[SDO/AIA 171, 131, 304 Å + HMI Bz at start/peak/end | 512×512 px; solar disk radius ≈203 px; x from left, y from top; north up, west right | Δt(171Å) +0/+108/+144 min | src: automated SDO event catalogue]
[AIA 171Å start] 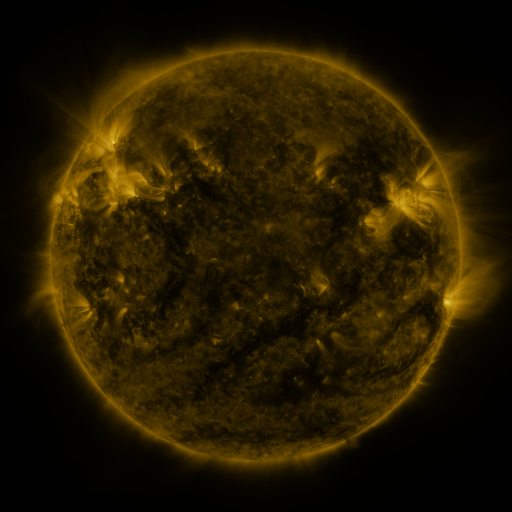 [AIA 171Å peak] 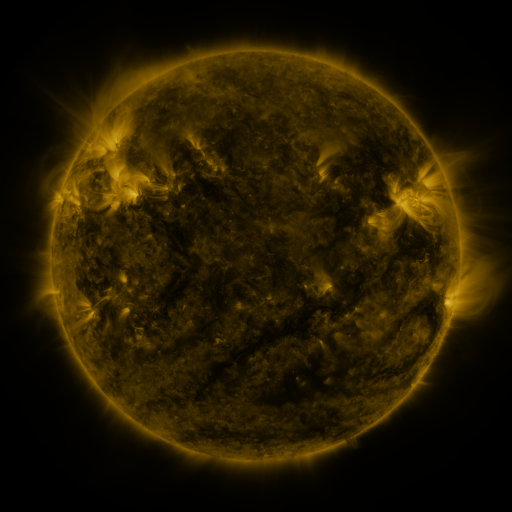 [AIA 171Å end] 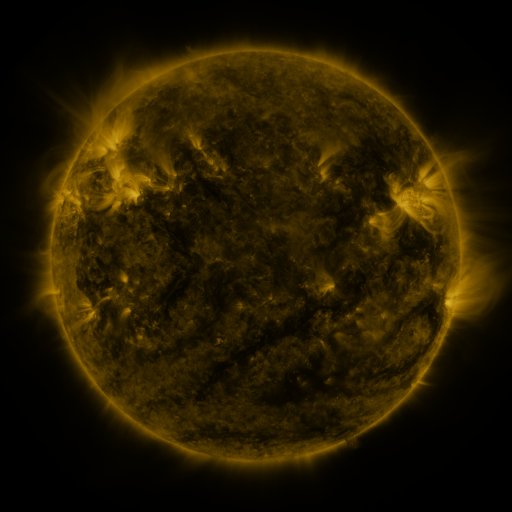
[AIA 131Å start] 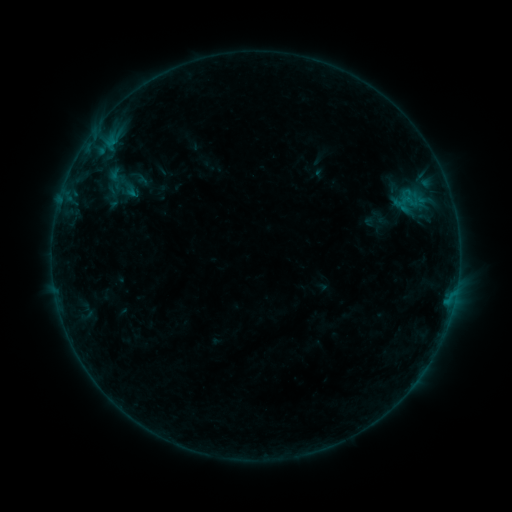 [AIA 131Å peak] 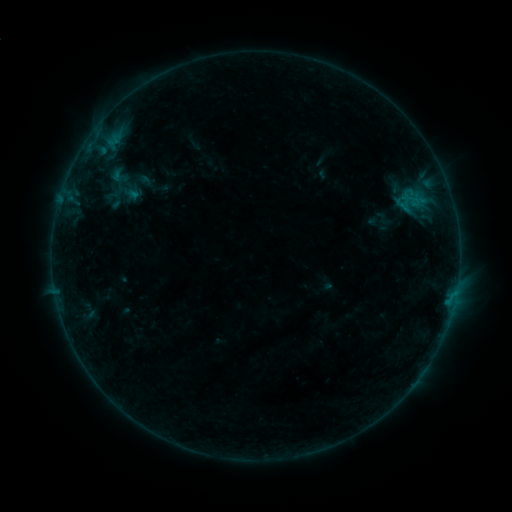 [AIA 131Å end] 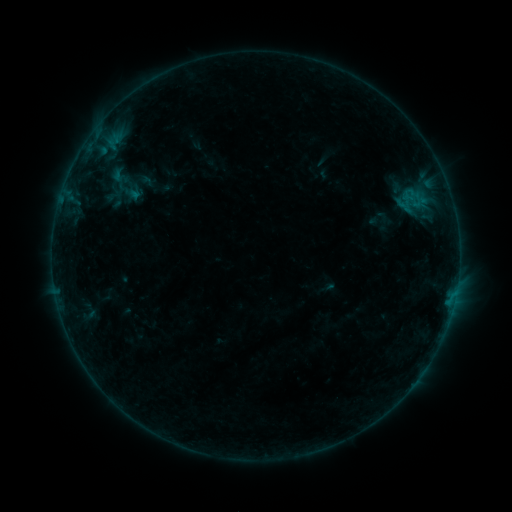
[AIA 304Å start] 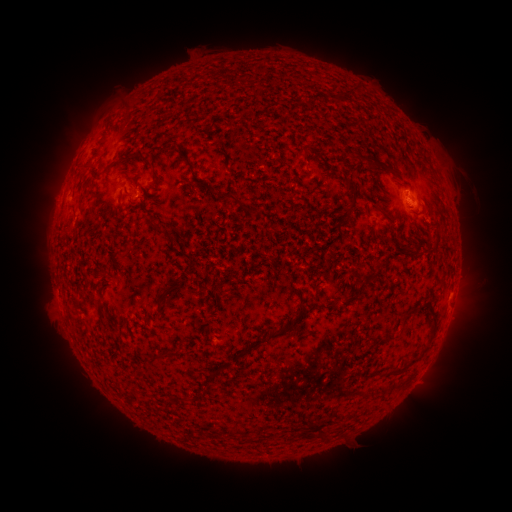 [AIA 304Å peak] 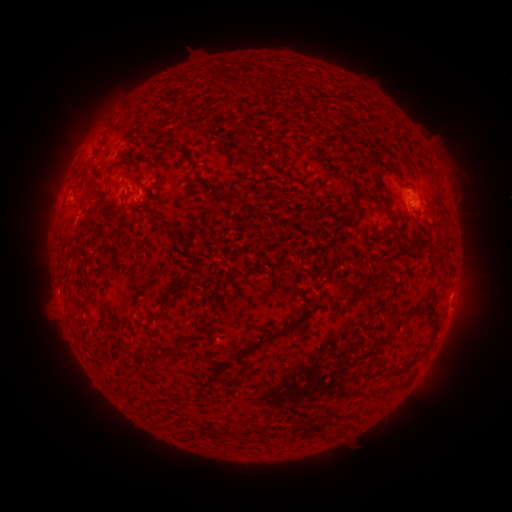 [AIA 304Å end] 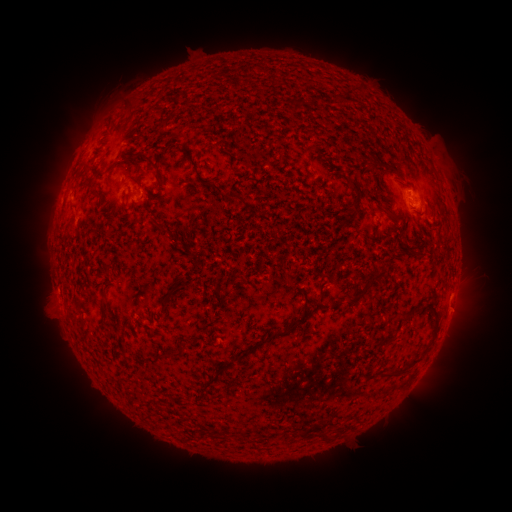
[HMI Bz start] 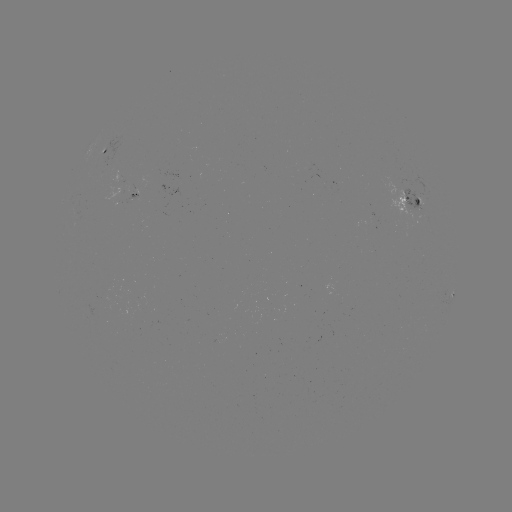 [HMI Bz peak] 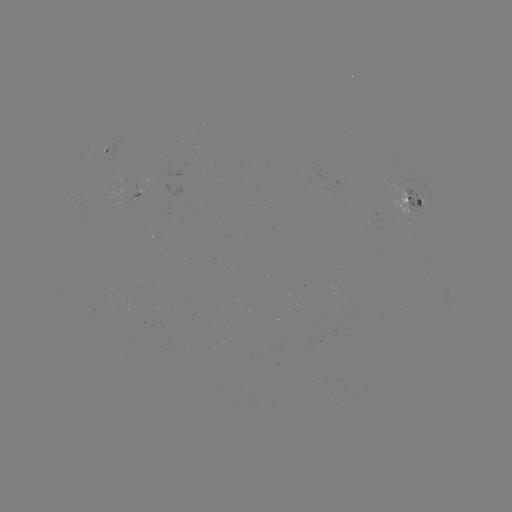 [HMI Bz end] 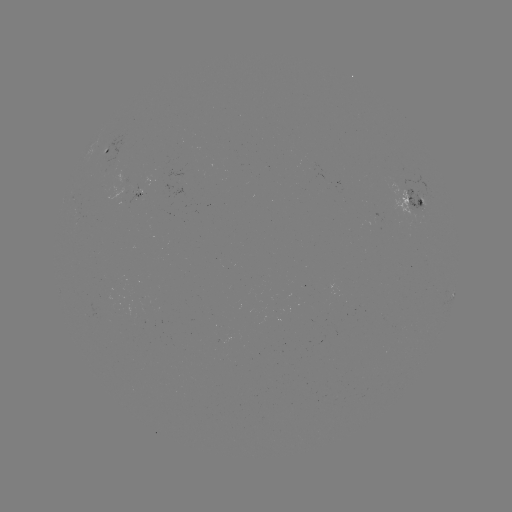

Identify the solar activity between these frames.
emerging-flux region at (420, 208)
